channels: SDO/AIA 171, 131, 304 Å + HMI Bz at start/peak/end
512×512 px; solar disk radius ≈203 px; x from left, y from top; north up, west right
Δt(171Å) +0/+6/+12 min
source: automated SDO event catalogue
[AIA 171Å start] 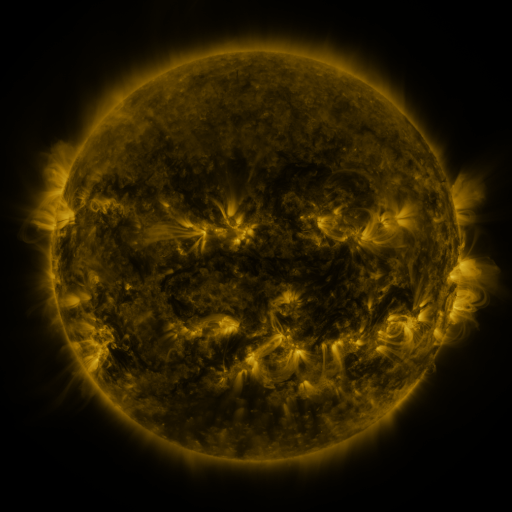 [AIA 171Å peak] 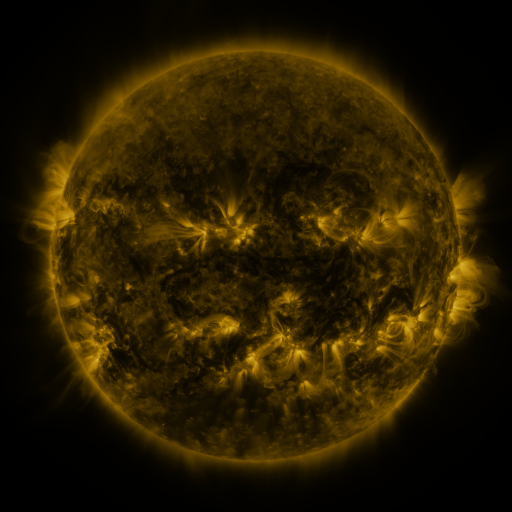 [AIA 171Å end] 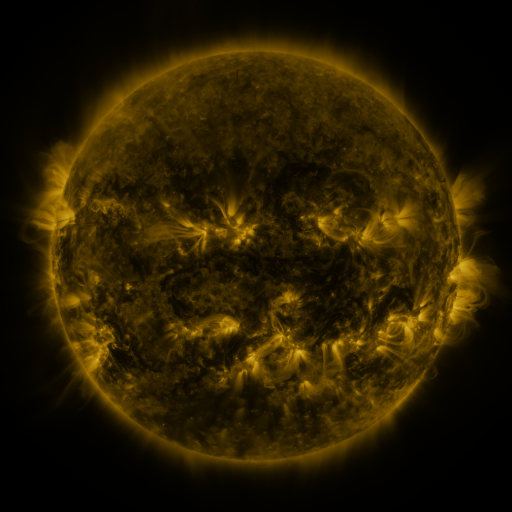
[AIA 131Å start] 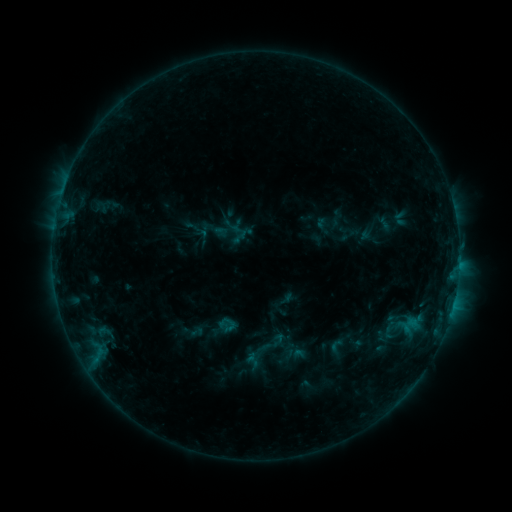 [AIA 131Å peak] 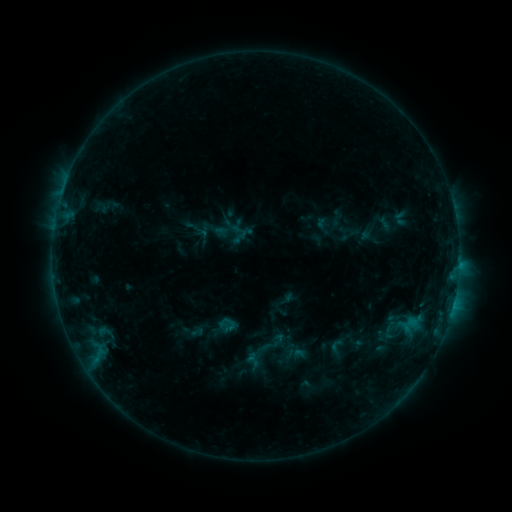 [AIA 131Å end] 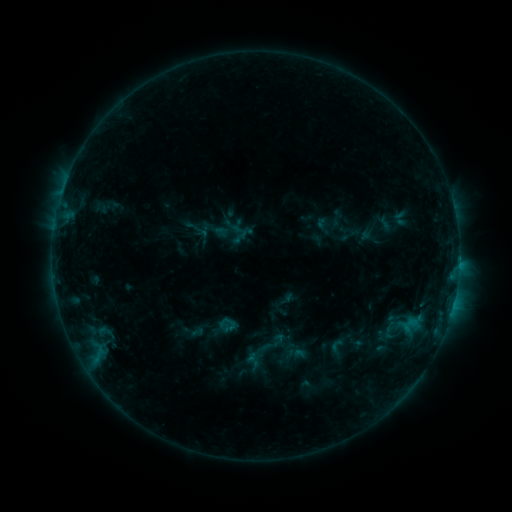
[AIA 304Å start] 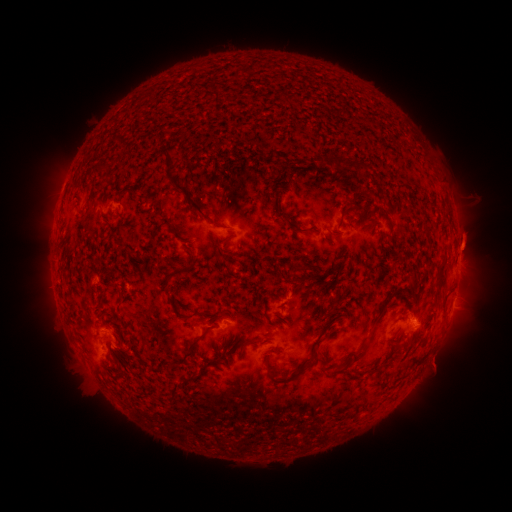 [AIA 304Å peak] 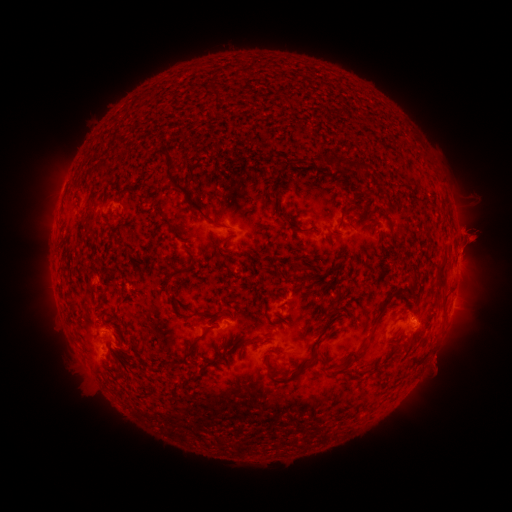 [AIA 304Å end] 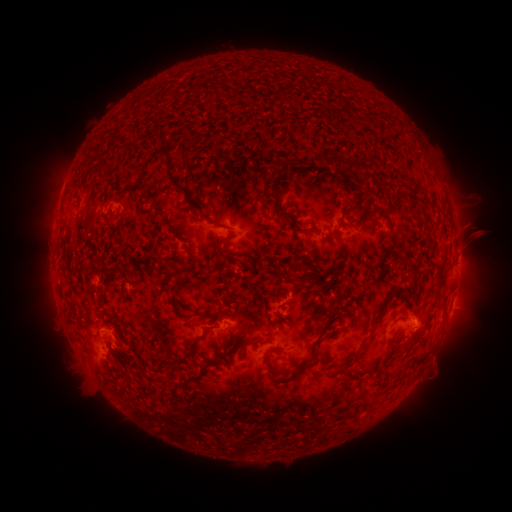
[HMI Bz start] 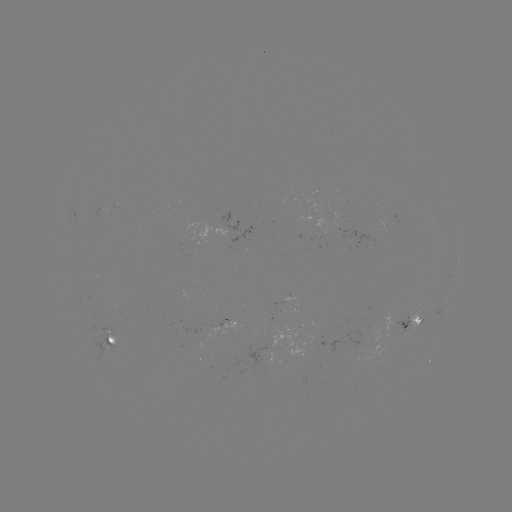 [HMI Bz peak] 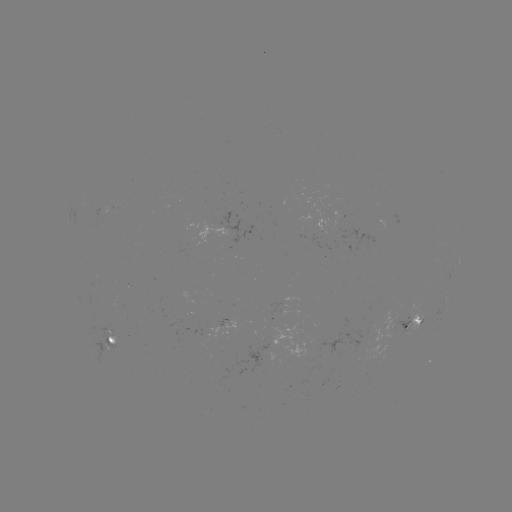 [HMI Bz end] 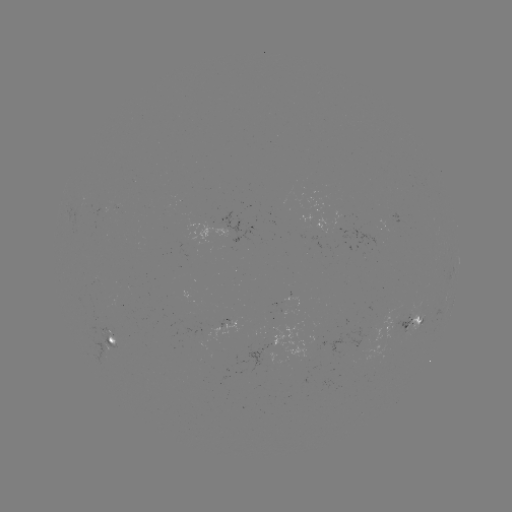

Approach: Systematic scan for eruption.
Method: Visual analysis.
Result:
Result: eruption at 472,238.